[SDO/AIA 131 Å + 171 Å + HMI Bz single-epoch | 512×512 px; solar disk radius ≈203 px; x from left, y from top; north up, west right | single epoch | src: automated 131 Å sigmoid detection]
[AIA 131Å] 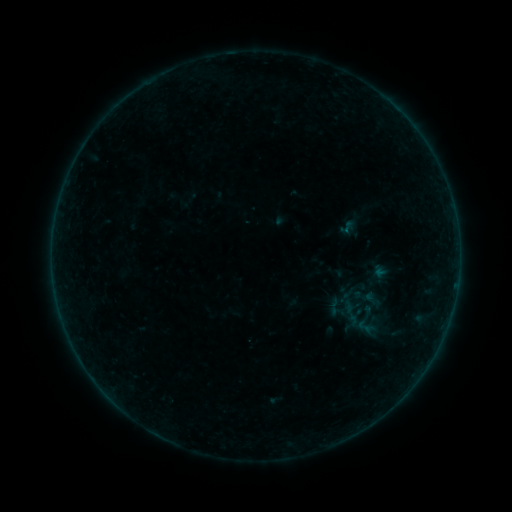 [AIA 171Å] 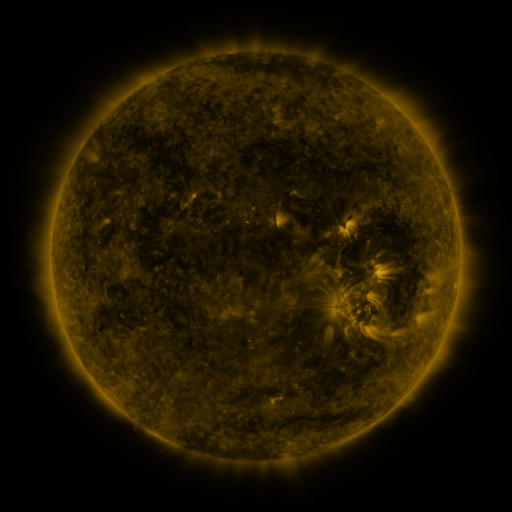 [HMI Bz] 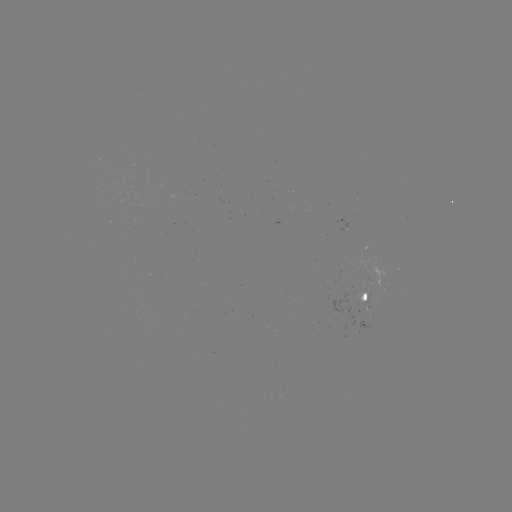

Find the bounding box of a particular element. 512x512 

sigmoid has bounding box [337, 218, 359, 236].